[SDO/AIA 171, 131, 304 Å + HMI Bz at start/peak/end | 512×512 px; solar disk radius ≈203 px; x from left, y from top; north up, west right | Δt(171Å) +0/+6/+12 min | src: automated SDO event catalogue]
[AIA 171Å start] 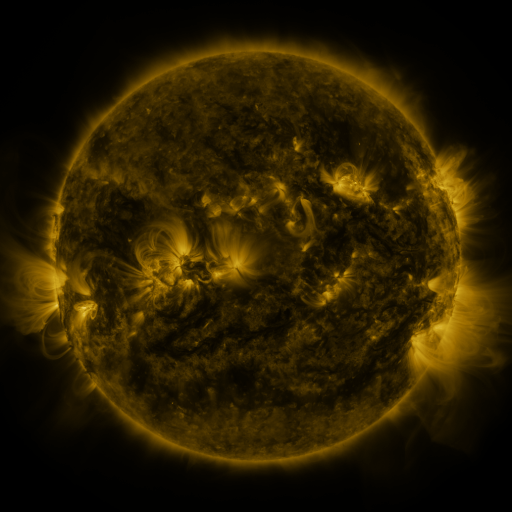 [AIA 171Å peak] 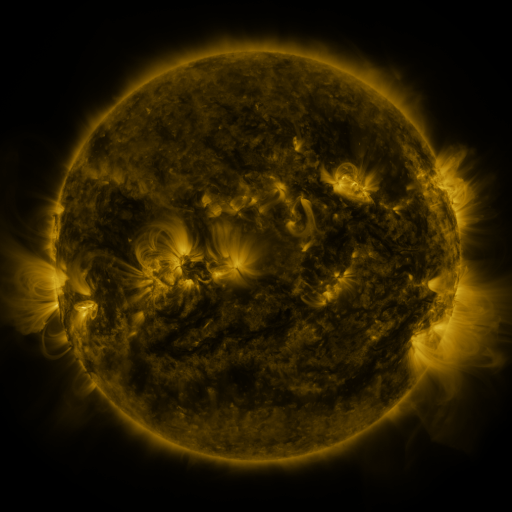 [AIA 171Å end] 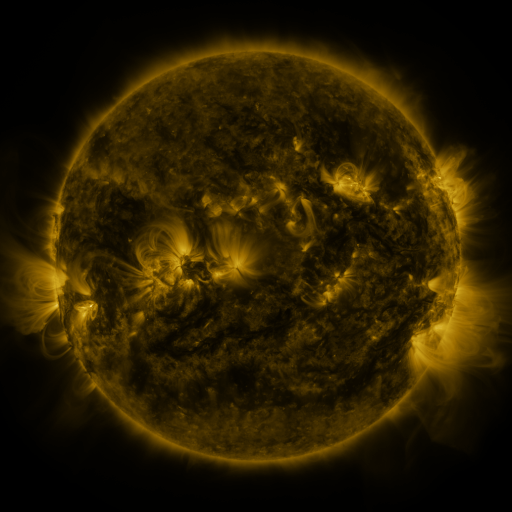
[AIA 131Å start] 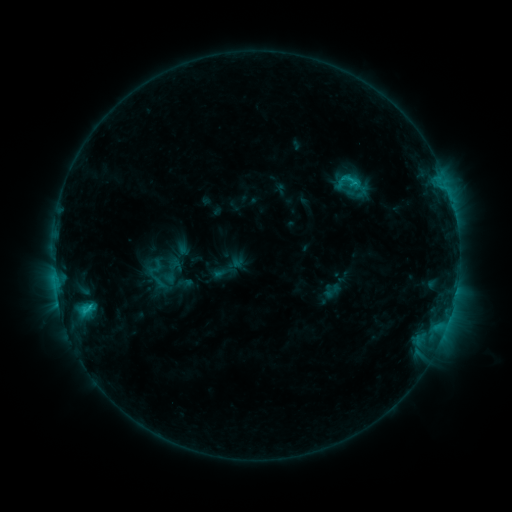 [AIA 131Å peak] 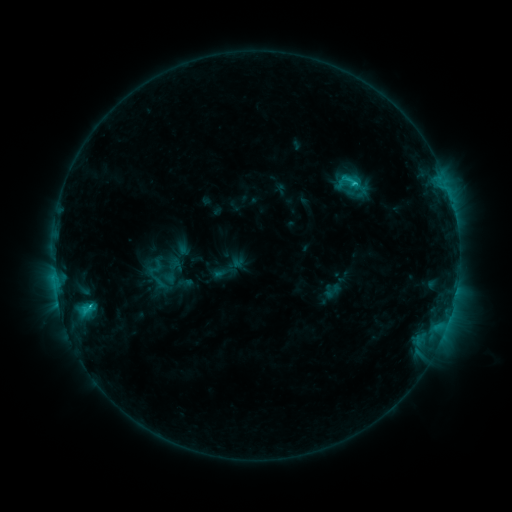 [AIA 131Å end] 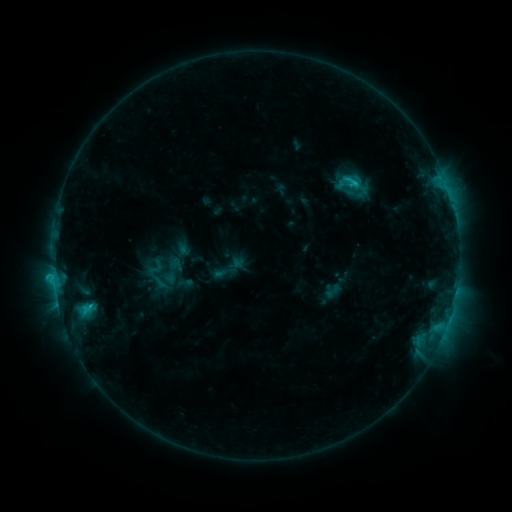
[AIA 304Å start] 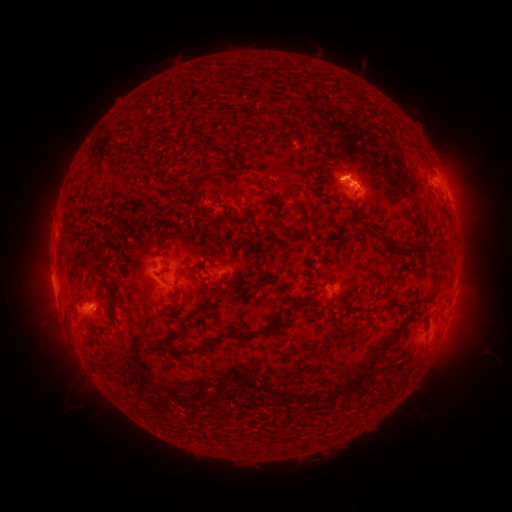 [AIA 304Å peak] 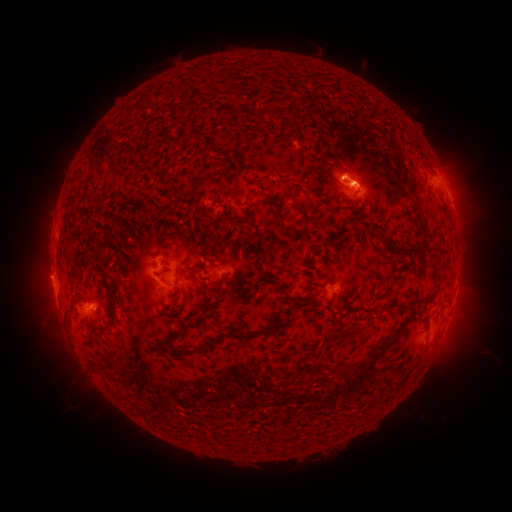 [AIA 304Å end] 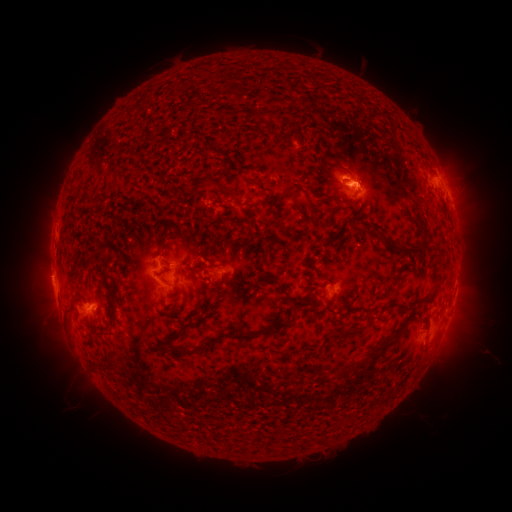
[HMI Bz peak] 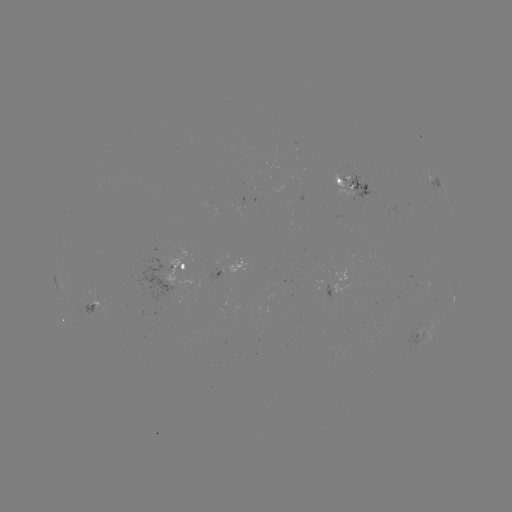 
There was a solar eruption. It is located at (42, 274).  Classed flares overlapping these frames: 1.